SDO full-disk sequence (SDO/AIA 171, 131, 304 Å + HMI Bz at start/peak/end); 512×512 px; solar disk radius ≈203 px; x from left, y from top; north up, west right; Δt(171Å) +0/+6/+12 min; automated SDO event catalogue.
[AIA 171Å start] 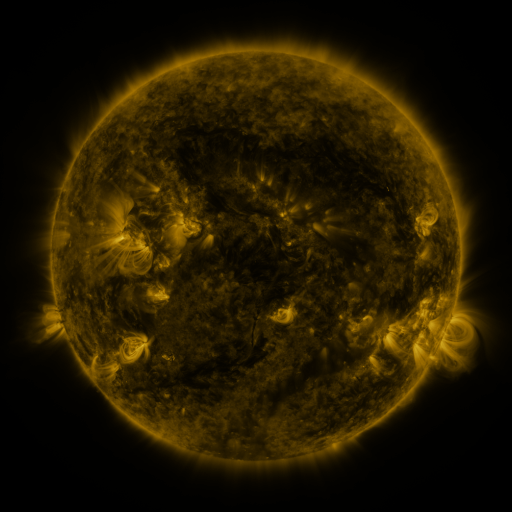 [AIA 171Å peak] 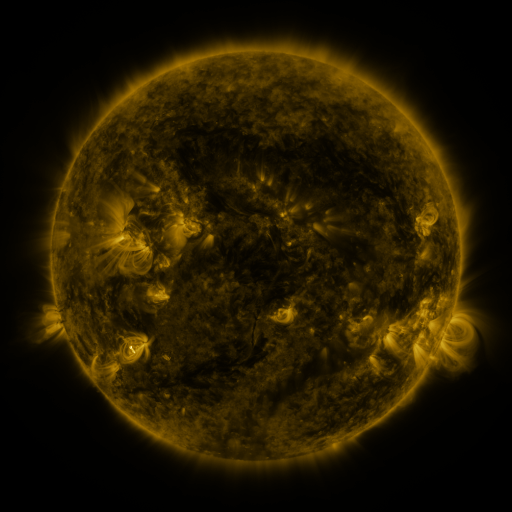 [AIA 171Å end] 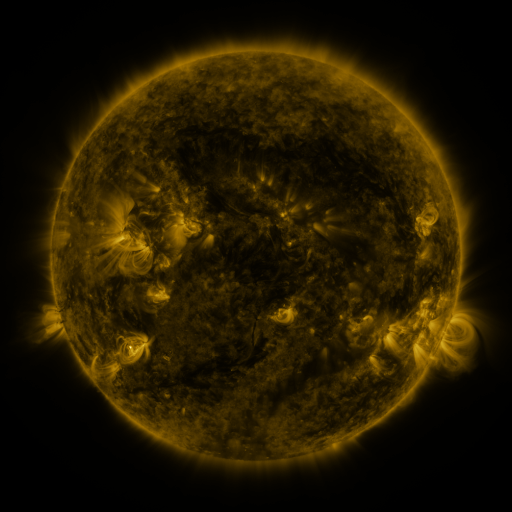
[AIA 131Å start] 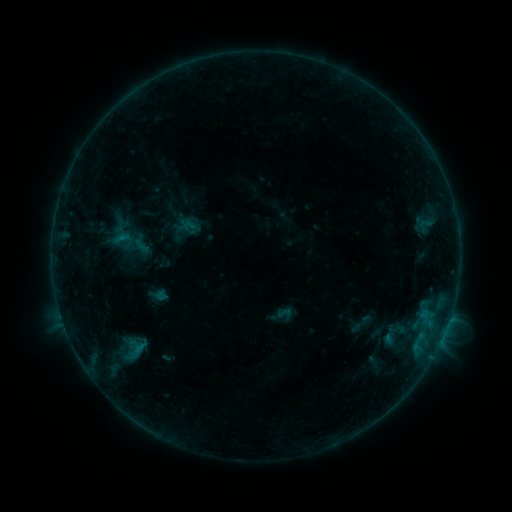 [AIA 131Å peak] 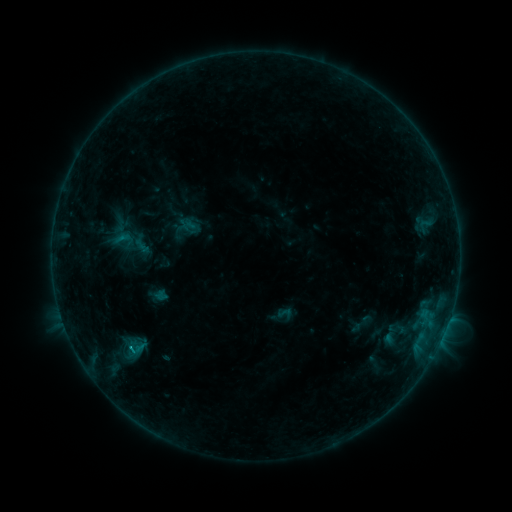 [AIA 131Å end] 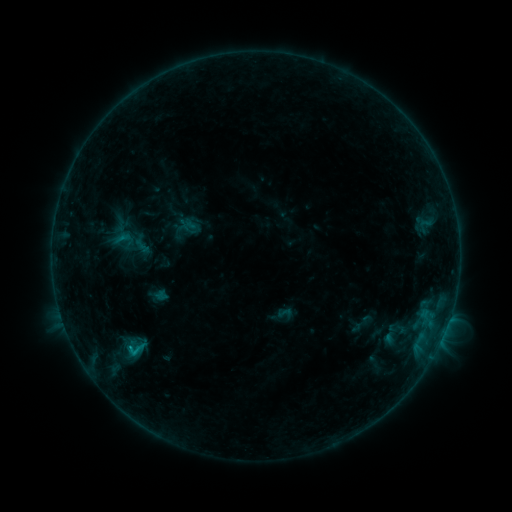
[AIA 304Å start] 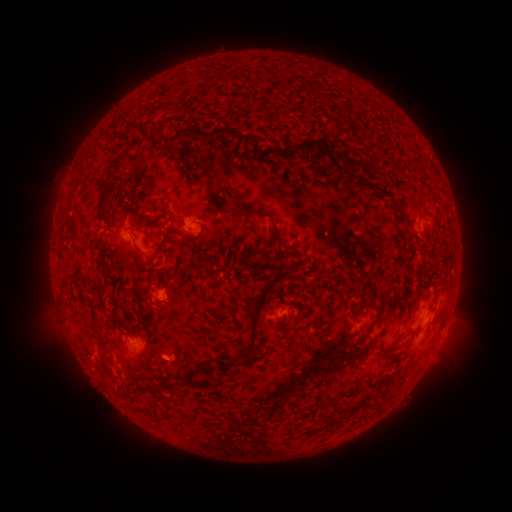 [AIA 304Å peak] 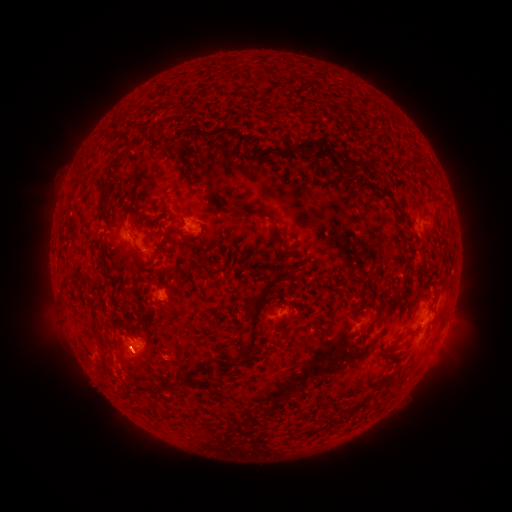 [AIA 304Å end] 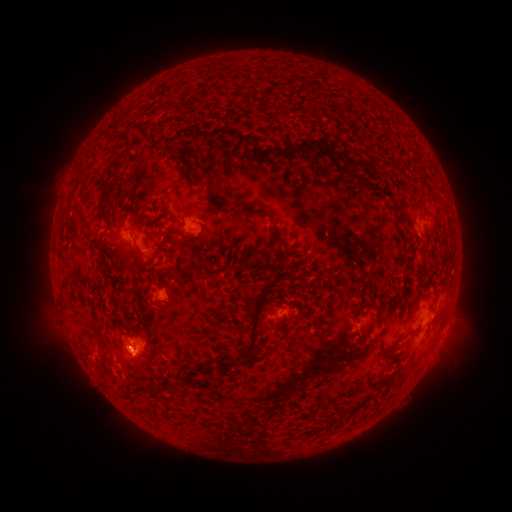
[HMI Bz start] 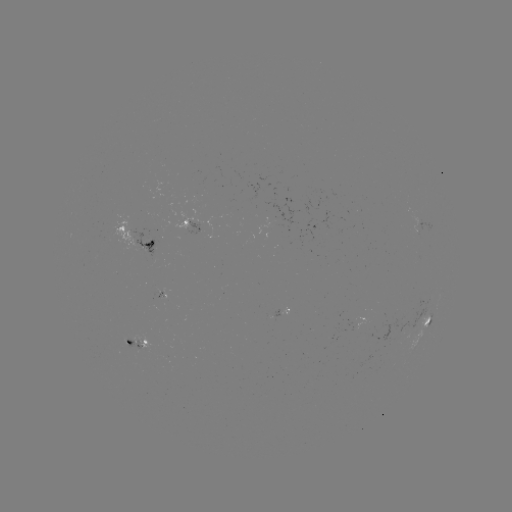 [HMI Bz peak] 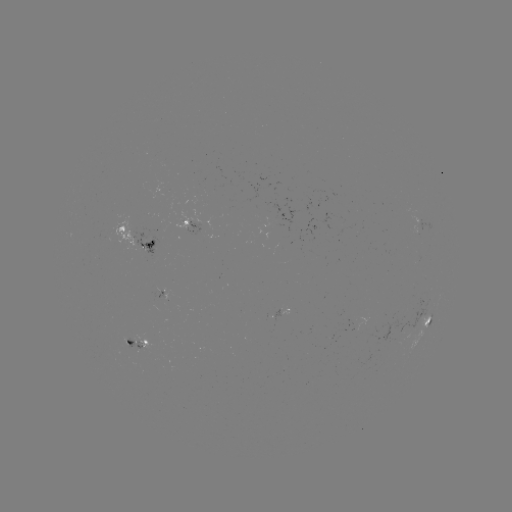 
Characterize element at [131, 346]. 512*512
B6.3 flare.